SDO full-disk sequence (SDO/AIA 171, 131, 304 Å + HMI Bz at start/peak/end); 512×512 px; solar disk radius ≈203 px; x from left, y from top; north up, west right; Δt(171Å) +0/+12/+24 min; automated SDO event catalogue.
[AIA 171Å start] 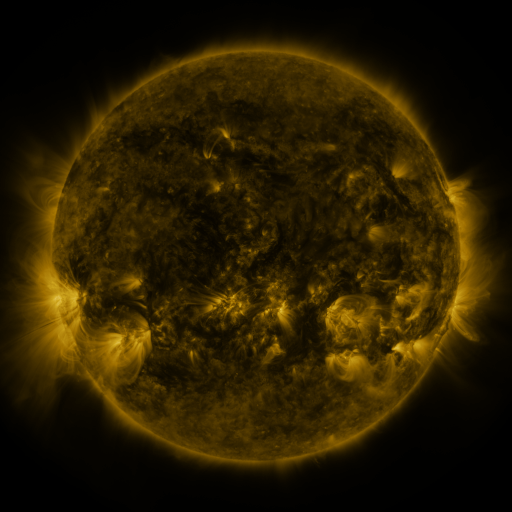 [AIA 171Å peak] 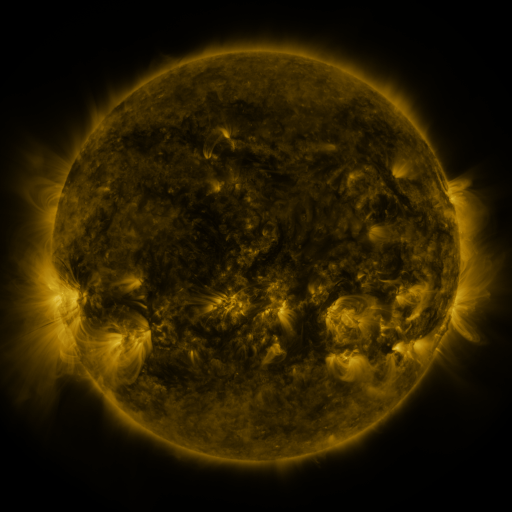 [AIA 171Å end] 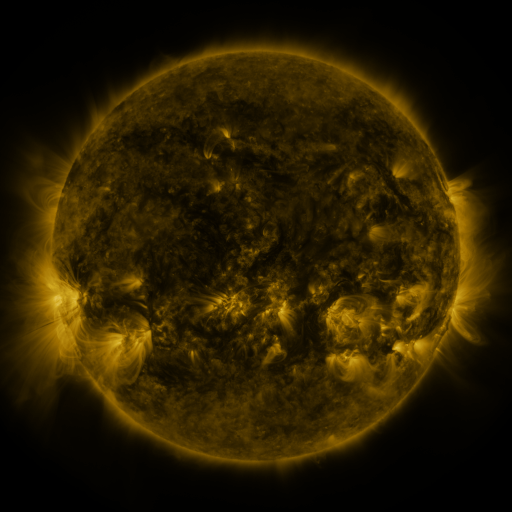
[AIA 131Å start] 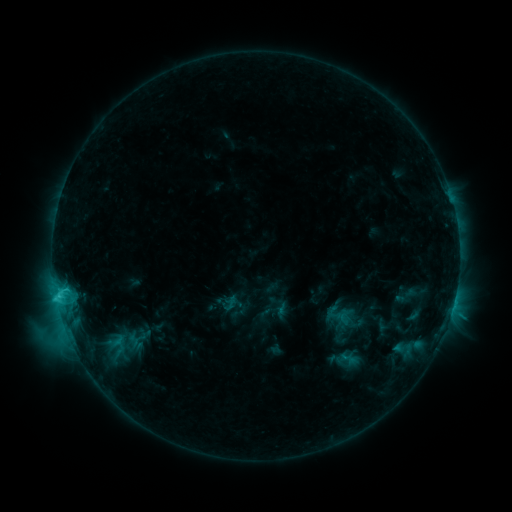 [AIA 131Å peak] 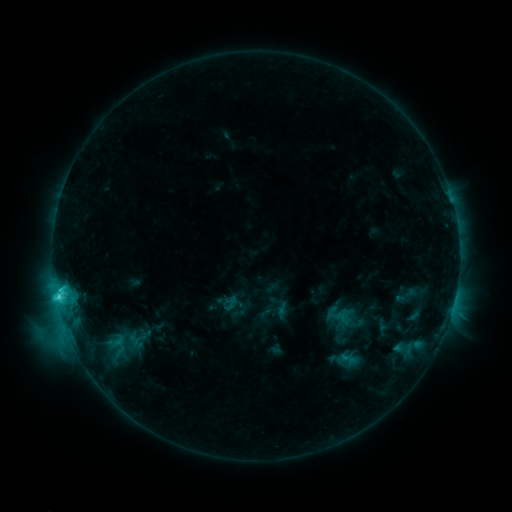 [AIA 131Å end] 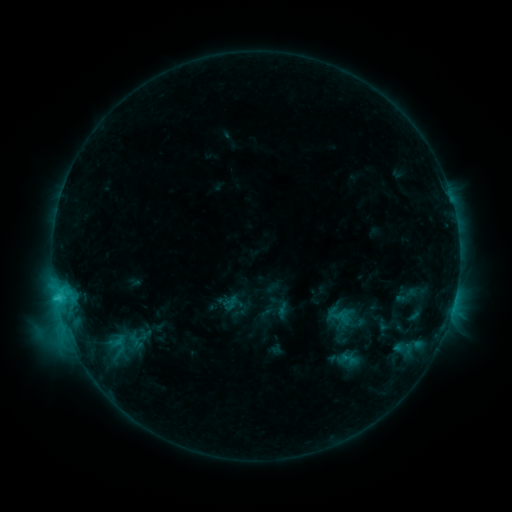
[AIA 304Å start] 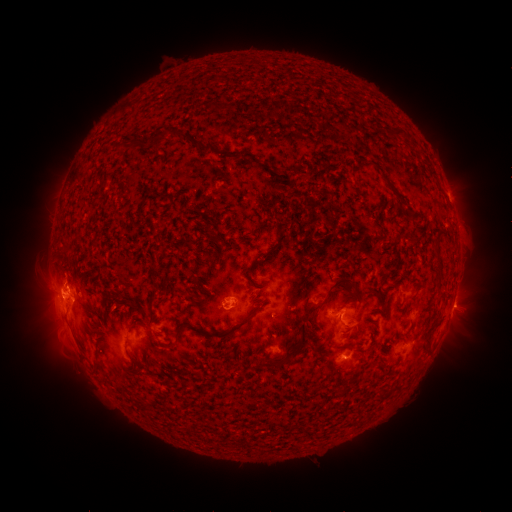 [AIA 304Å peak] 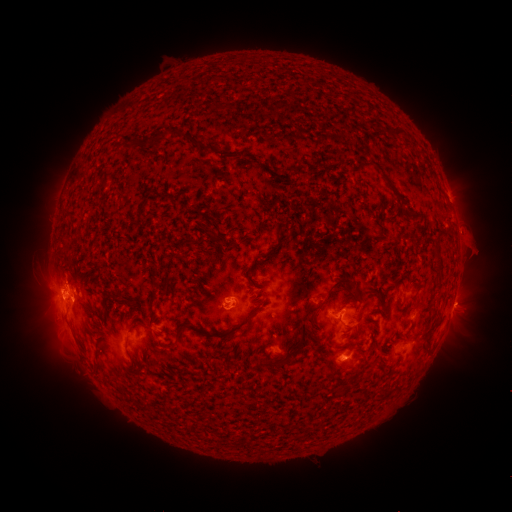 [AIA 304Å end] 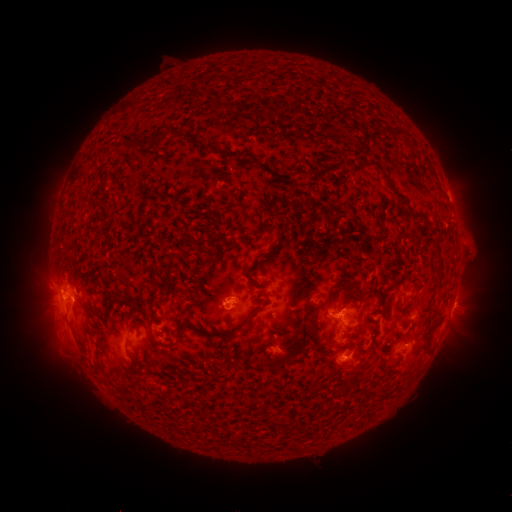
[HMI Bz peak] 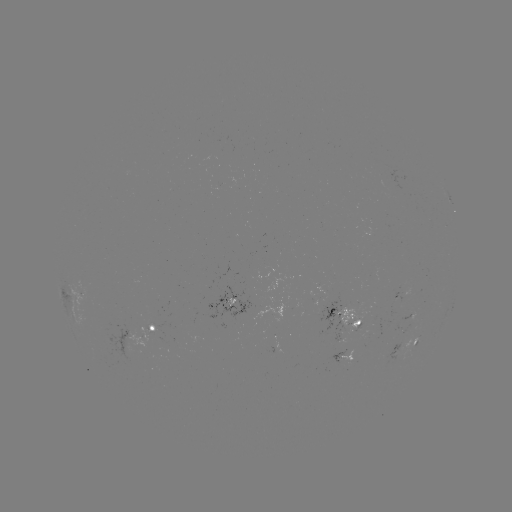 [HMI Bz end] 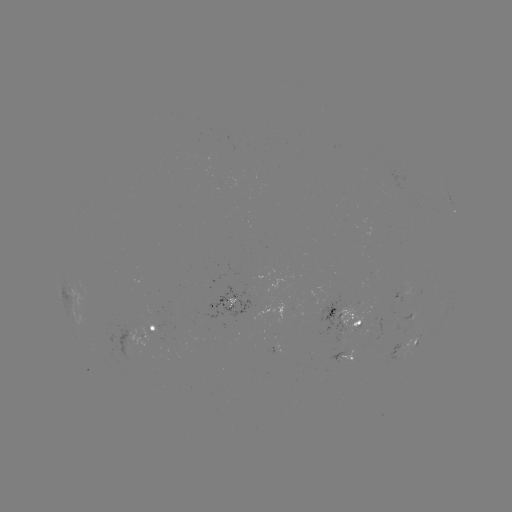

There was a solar eruption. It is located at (475, 245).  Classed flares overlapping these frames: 1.